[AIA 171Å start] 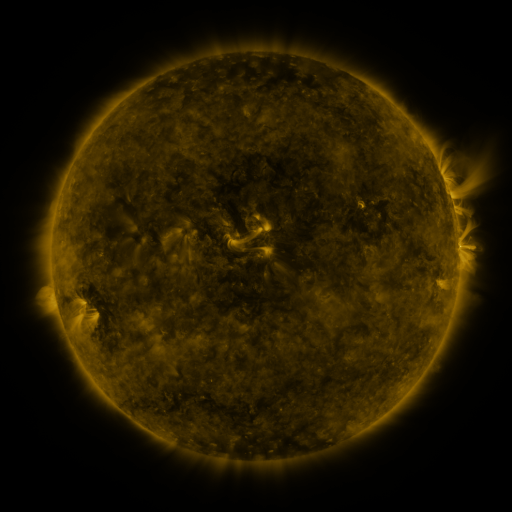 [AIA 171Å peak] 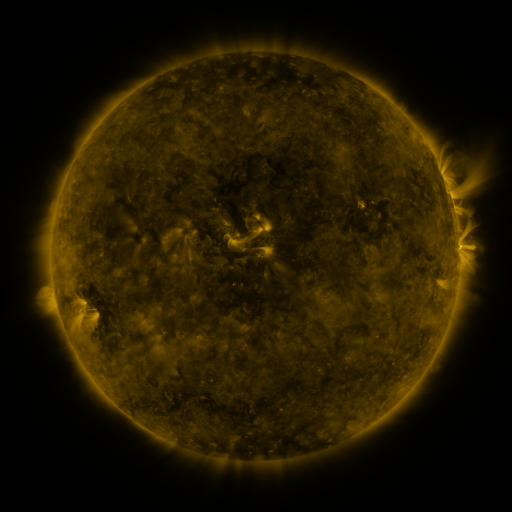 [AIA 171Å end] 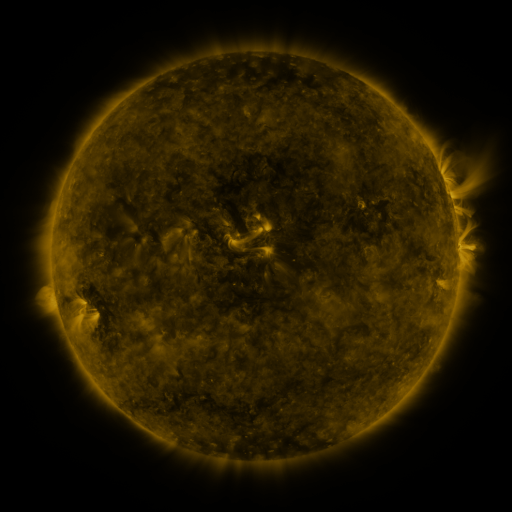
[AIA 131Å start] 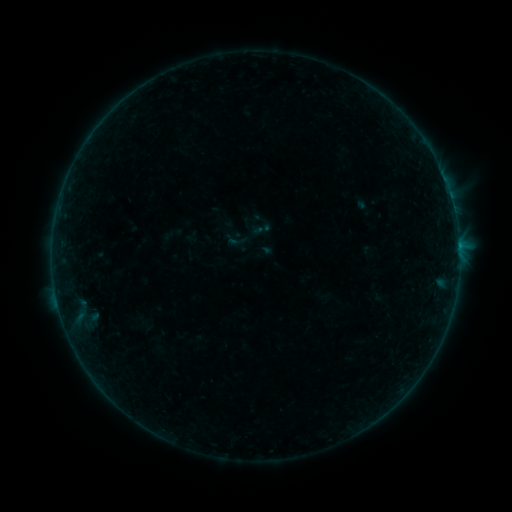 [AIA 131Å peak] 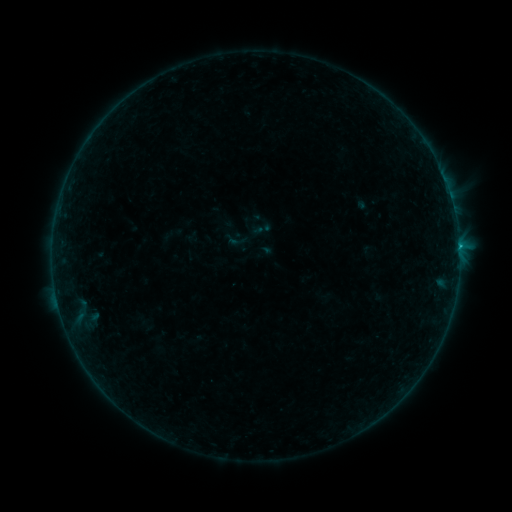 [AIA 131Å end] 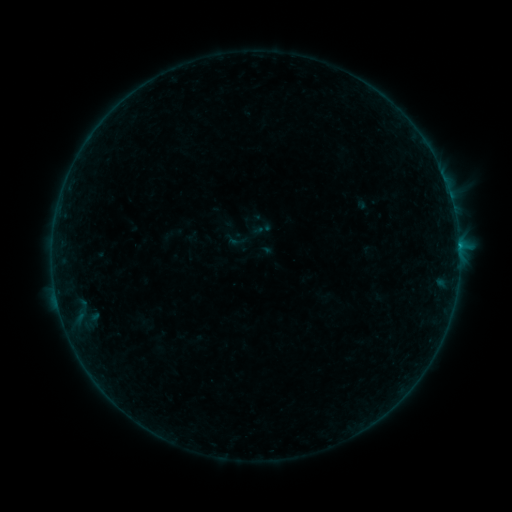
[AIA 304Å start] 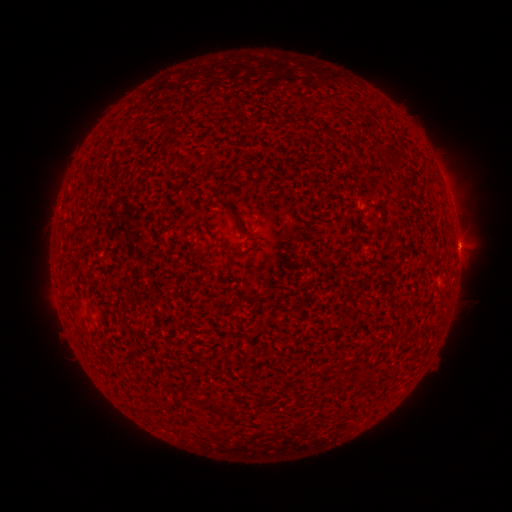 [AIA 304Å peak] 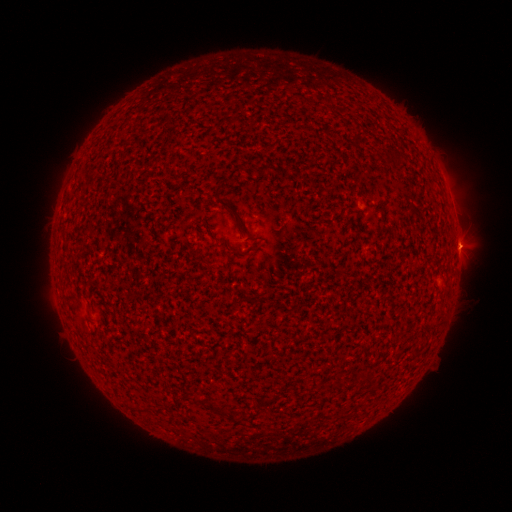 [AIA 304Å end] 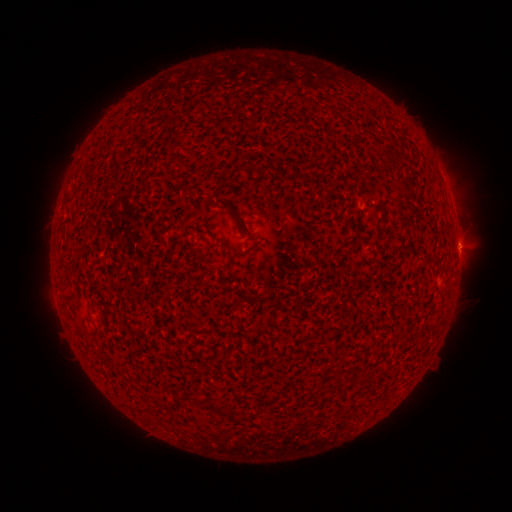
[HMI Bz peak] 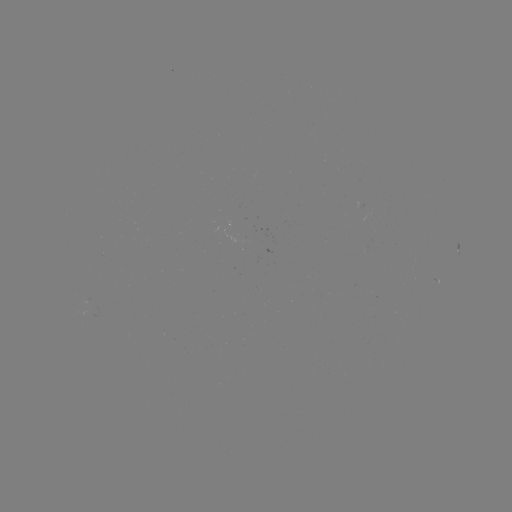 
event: flare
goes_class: B6.2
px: (459, 249)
